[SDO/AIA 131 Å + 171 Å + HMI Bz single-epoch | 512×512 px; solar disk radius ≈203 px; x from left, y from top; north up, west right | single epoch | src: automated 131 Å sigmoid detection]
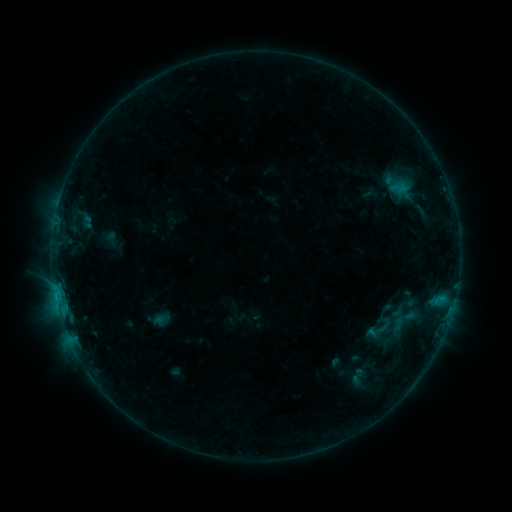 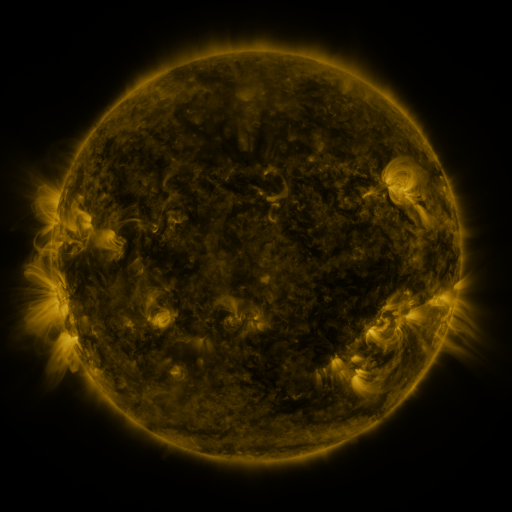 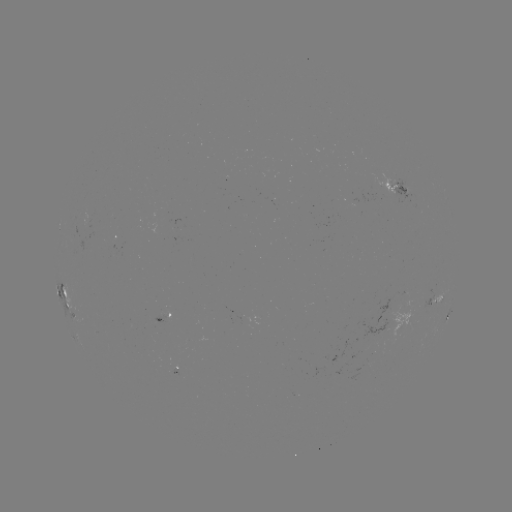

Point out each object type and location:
sigmoid: [347, 366, 367, 386]
